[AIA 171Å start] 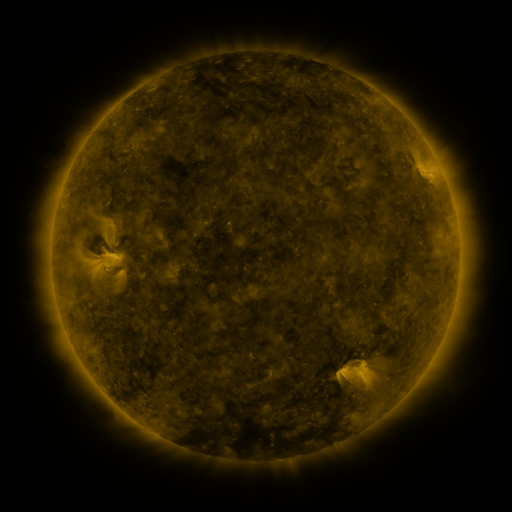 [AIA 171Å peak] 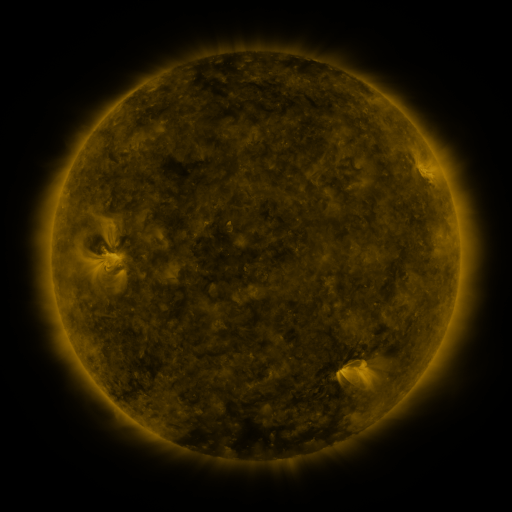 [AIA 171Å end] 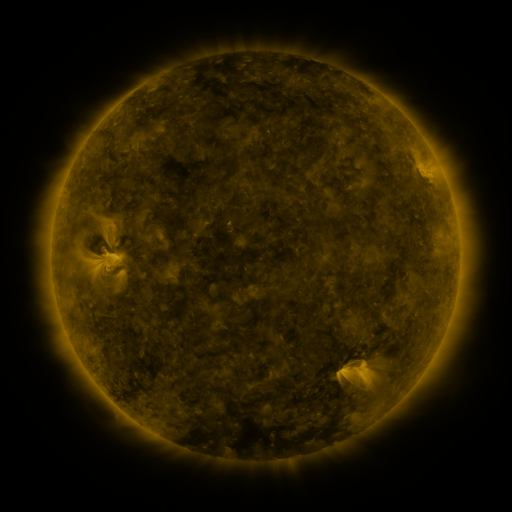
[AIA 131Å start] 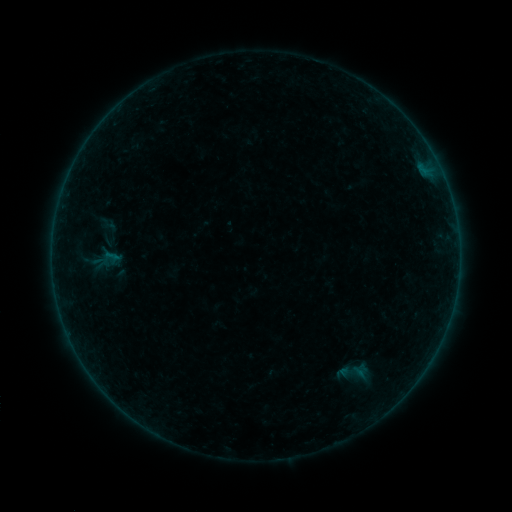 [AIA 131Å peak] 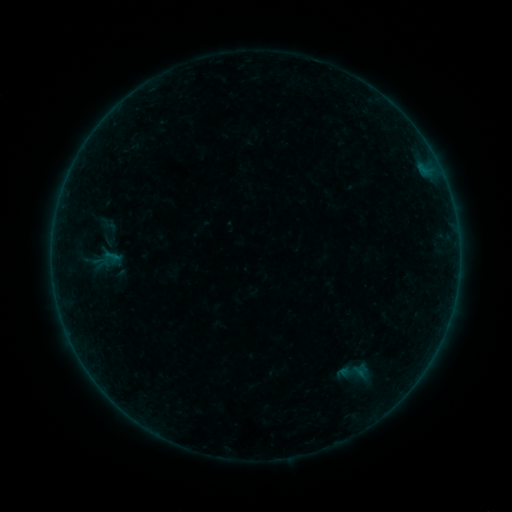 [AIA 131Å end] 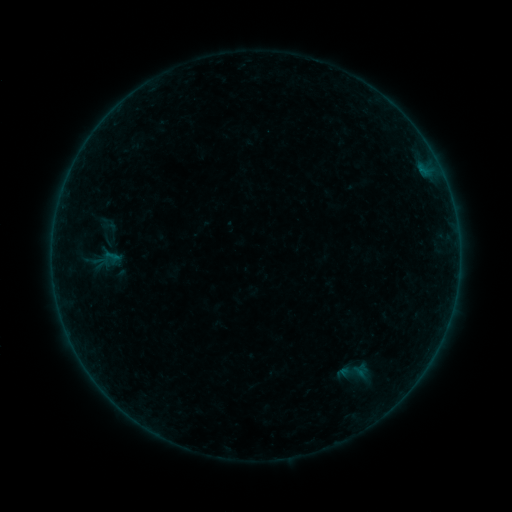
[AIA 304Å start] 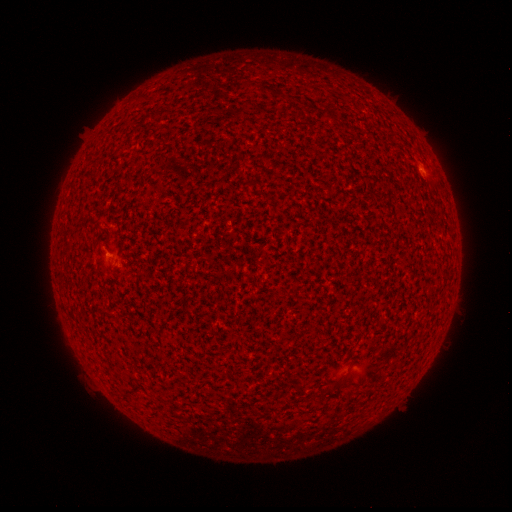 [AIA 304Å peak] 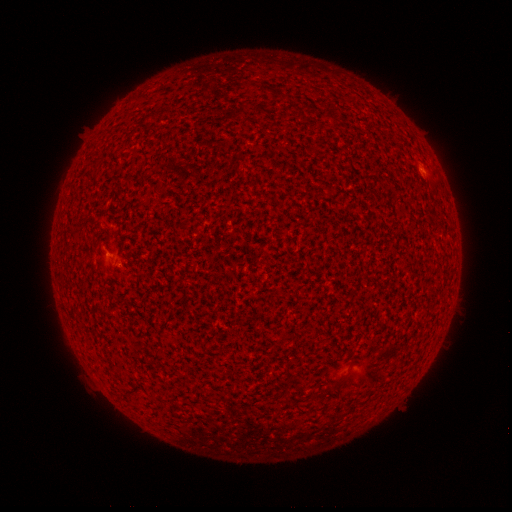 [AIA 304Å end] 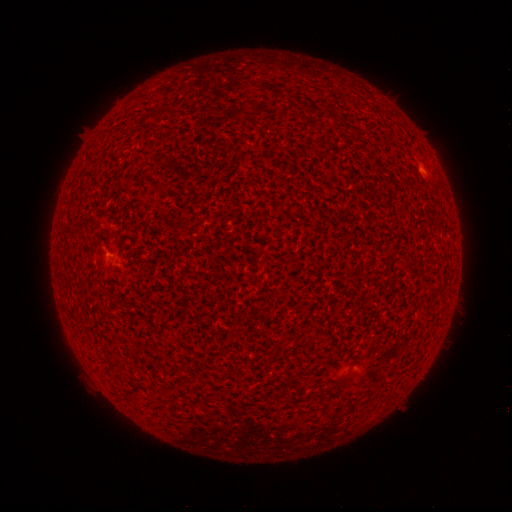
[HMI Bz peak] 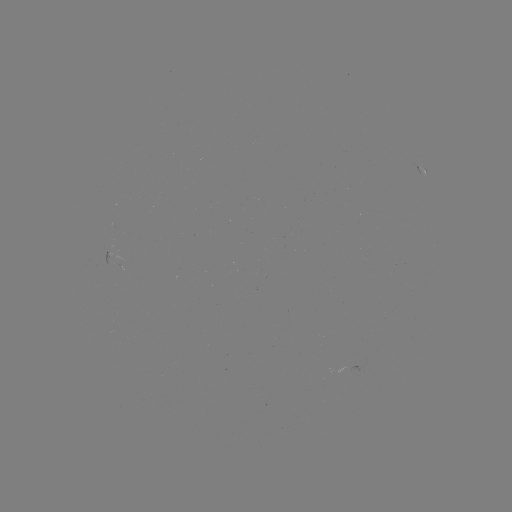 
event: flare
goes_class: B1.3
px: (421, 170)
